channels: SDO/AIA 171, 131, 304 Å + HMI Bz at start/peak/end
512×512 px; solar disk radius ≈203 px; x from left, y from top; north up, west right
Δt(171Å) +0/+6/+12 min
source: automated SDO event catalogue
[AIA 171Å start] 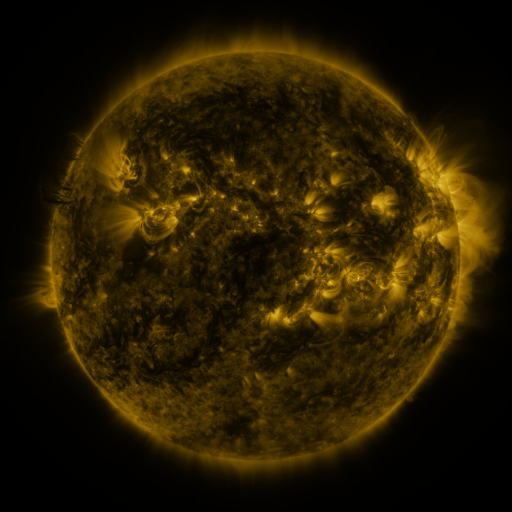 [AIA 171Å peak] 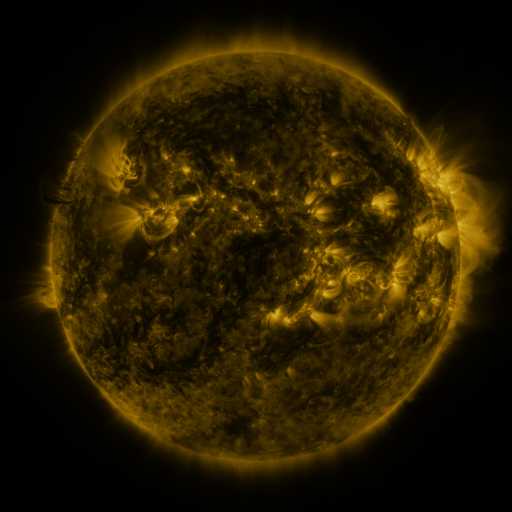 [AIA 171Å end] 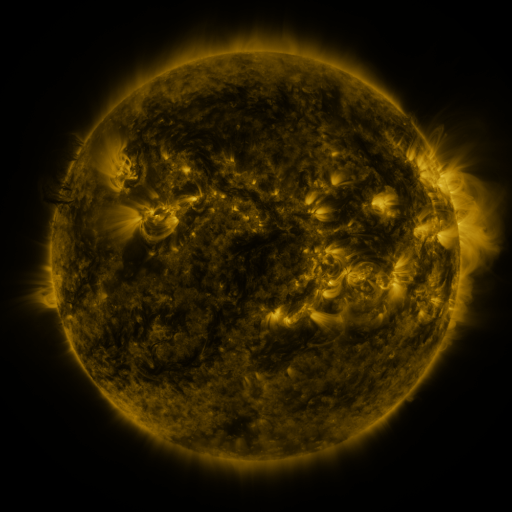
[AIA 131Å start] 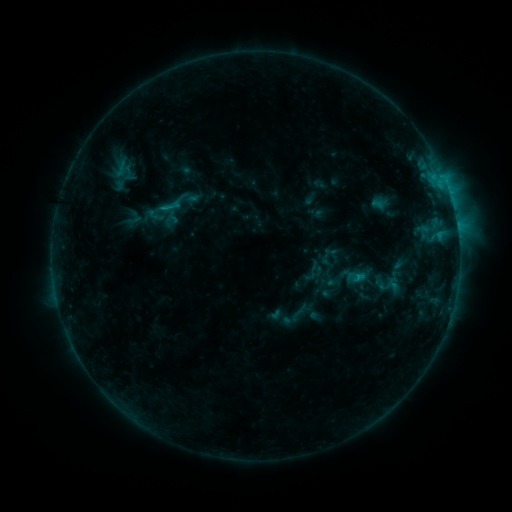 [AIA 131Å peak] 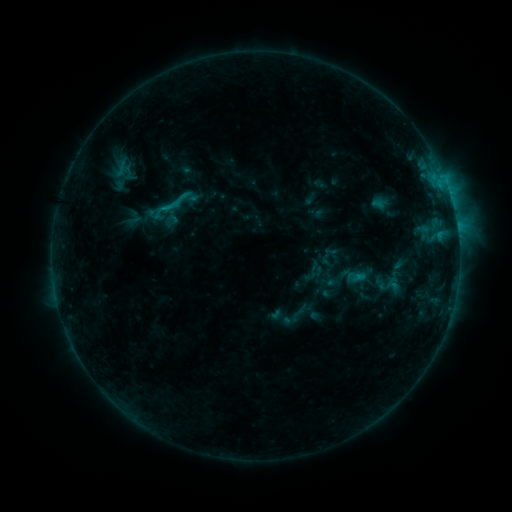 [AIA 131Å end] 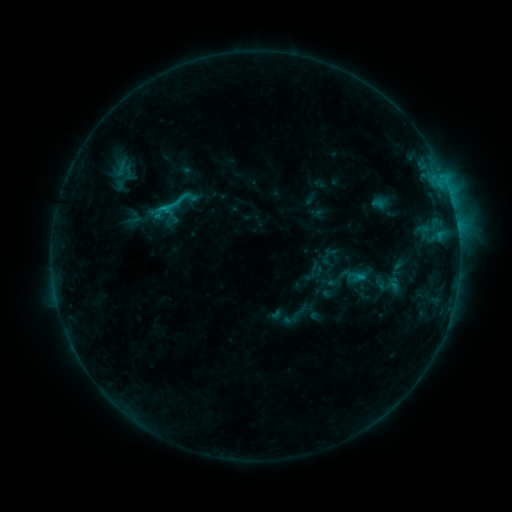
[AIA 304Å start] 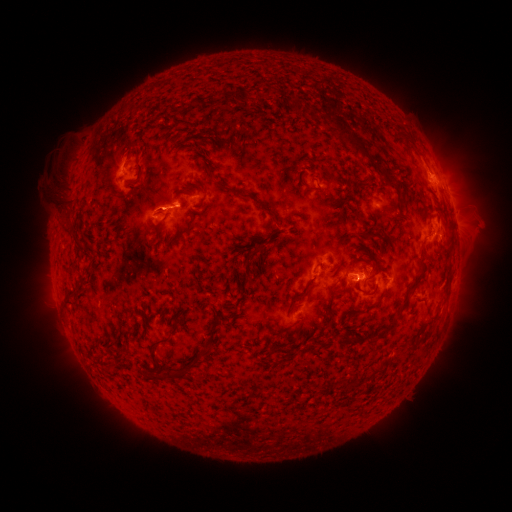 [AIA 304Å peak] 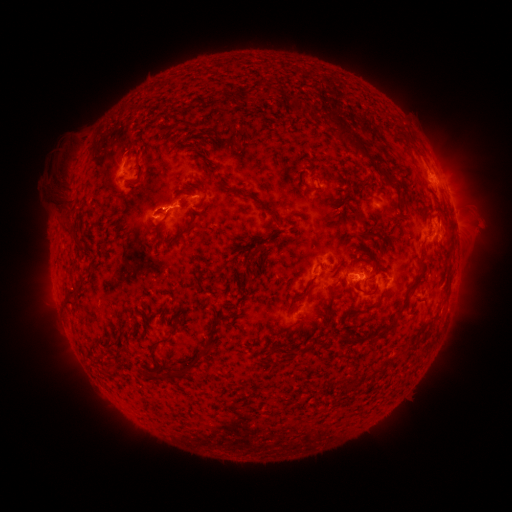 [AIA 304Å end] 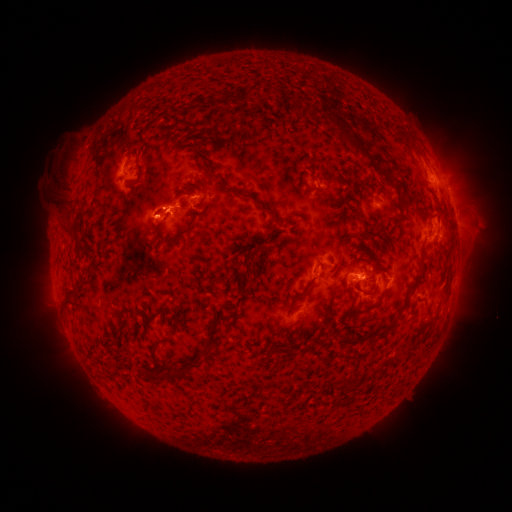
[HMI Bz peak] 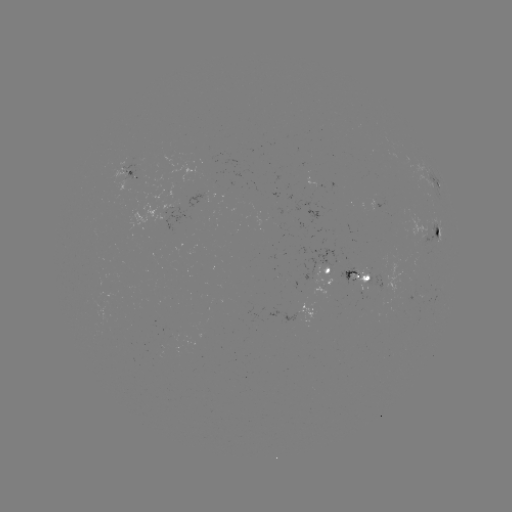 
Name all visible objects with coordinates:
eruption: (172, 210)
